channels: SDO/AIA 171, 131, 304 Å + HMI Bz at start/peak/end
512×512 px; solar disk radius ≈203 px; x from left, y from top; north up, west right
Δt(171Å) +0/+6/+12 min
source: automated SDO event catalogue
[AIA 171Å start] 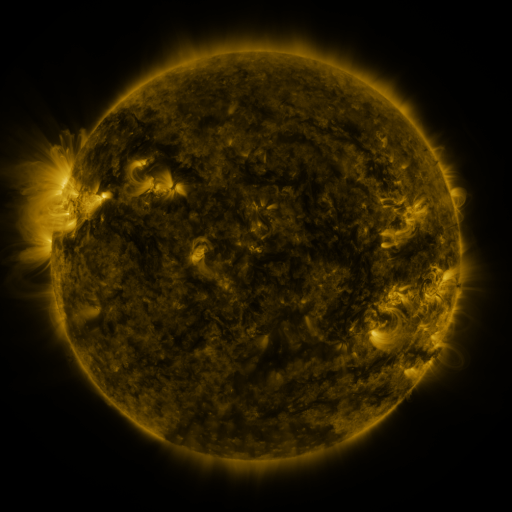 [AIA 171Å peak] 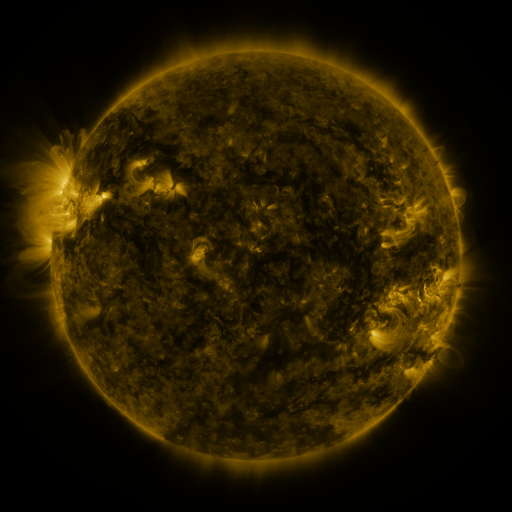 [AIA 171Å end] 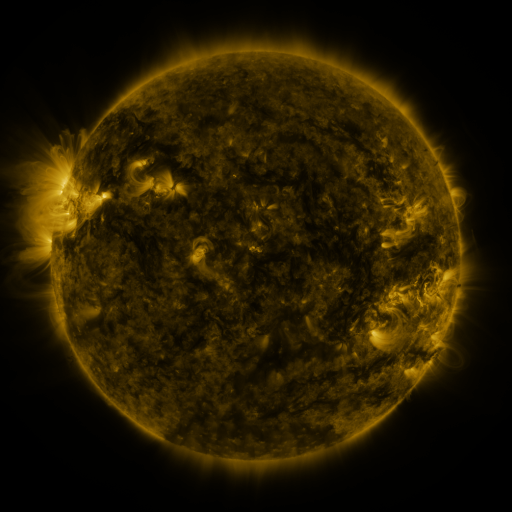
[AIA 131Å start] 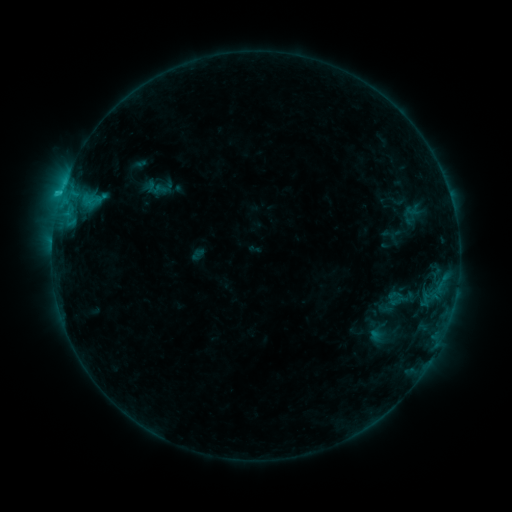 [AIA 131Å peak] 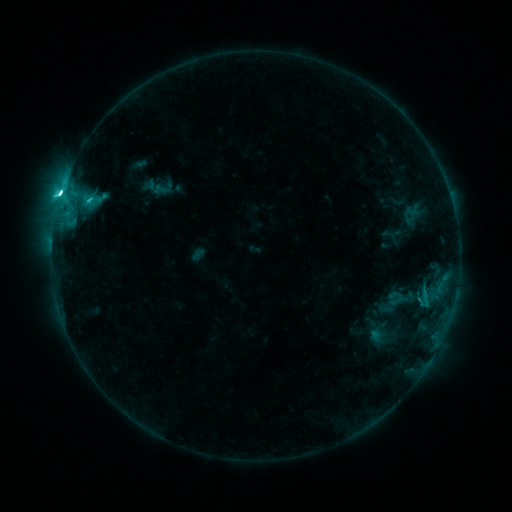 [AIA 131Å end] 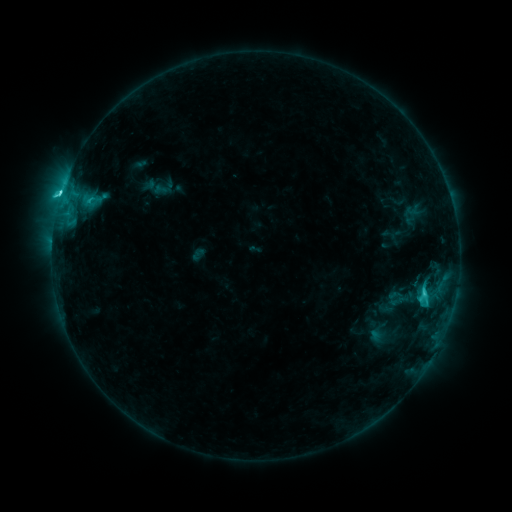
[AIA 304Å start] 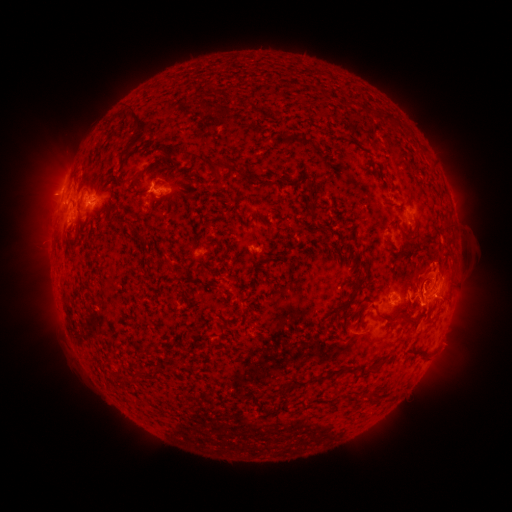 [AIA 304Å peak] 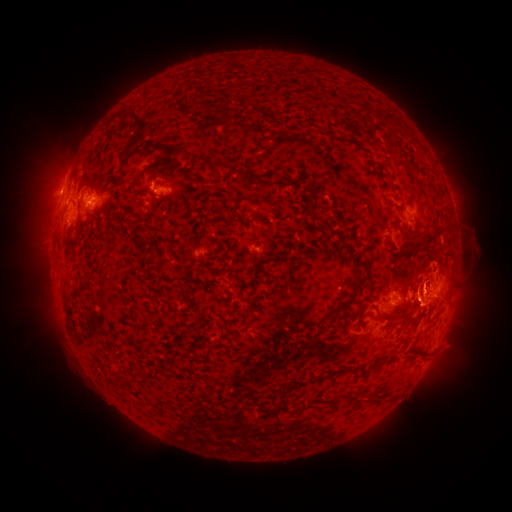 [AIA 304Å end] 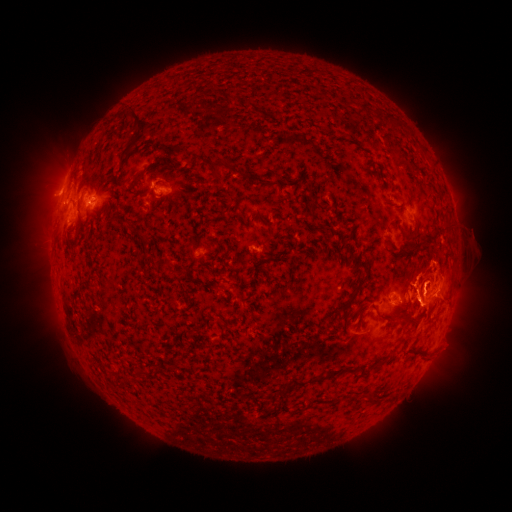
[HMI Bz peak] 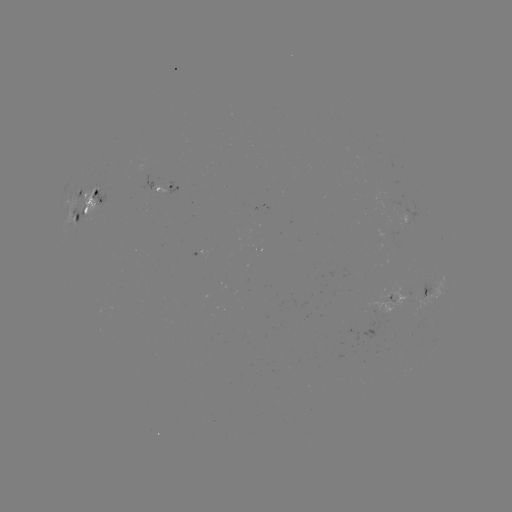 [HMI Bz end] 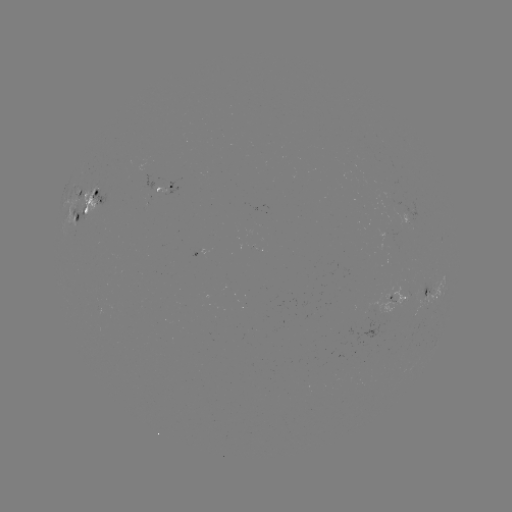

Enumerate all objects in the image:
C6.4 flare: (88, 202)
